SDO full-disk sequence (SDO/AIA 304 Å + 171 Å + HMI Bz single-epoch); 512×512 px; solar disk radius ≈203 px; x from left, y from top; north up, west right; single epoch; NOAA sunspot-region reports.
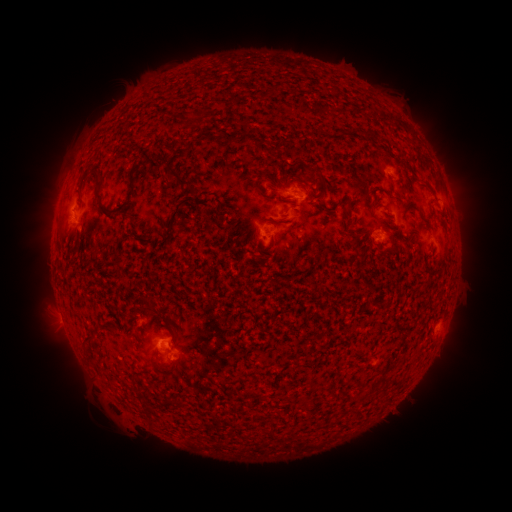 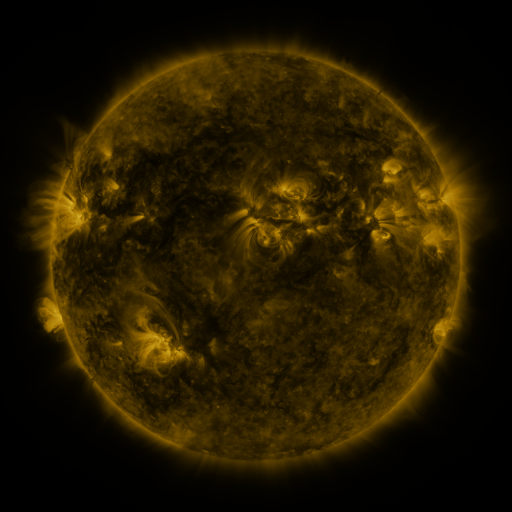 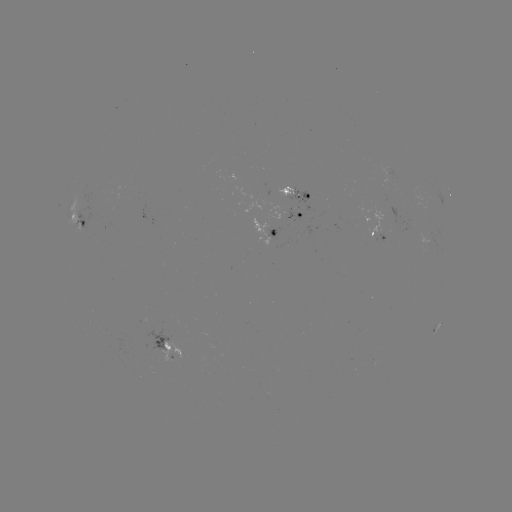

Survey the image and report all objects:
spotted active region: (388, 172)
spotted active region: (297, 192)
spotted active region: (439, 197)
spotted active region: (302, 216)
spotted active region: (81, 226)
spotted active region: (376, 233)
spotted active region: (276, 235)
spotted active region: (427, 326)
spotted active region: (165, 346)
